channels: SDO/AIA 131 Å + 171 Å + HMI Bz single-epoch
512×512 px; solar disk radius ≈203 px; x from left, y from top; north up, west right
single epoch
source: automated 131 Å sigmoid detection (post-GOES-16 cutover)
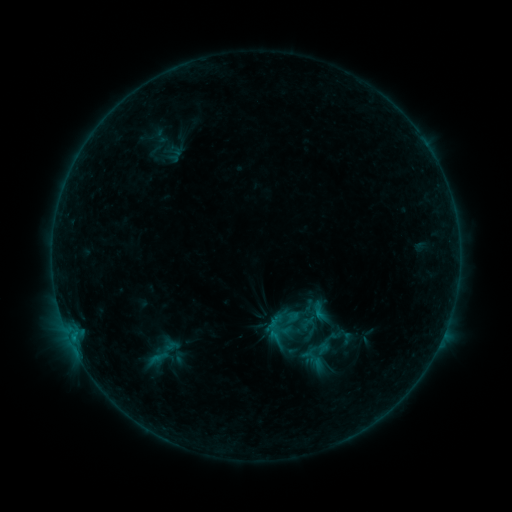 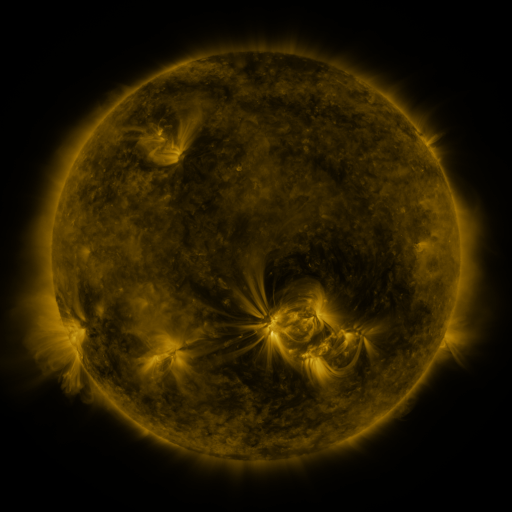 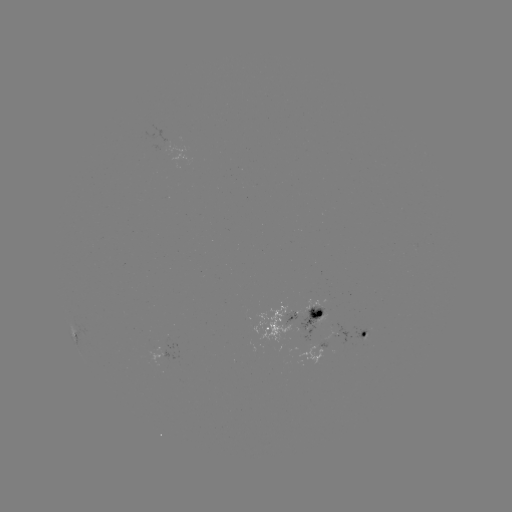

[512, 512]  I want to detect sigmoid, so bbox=[309, 301, 329, 321].